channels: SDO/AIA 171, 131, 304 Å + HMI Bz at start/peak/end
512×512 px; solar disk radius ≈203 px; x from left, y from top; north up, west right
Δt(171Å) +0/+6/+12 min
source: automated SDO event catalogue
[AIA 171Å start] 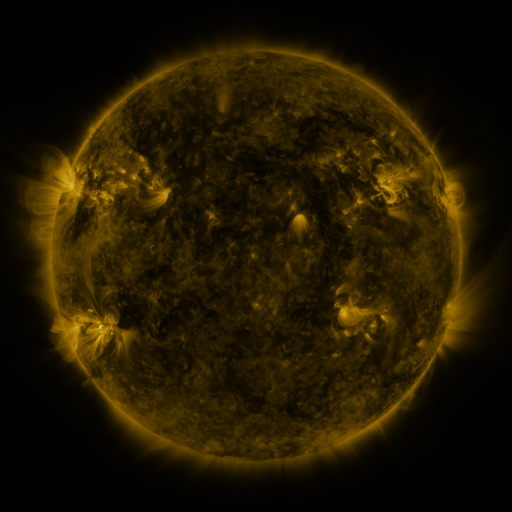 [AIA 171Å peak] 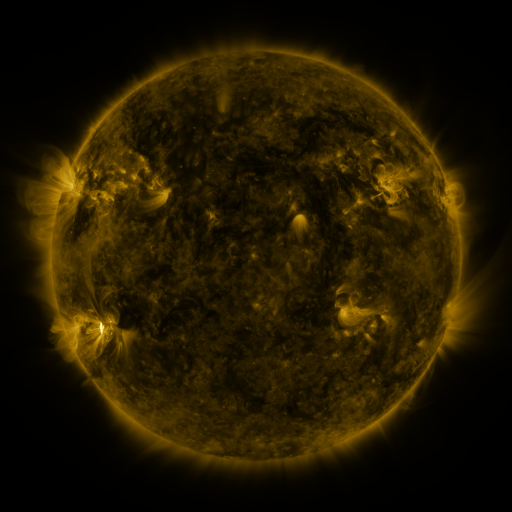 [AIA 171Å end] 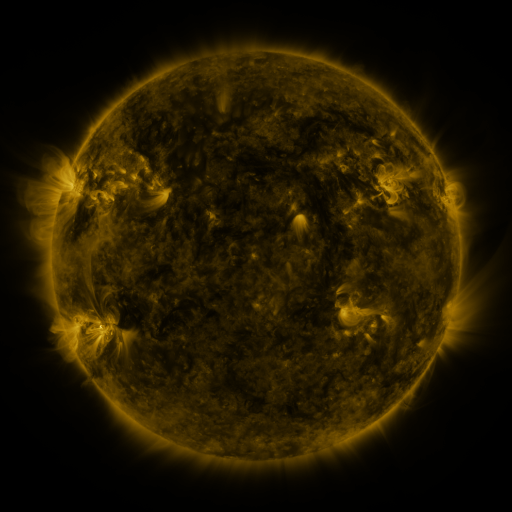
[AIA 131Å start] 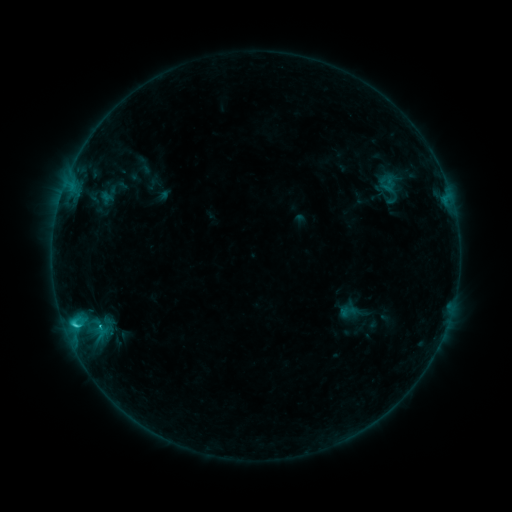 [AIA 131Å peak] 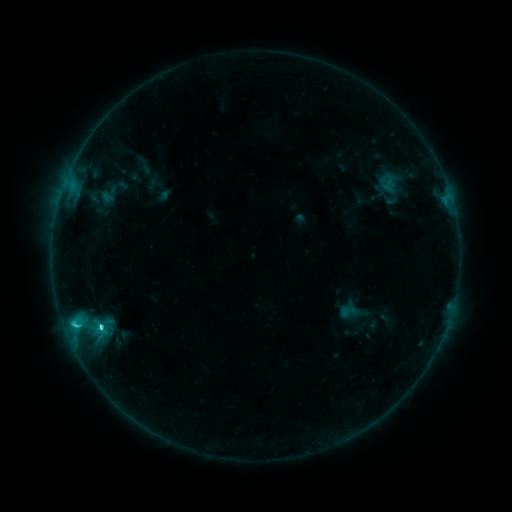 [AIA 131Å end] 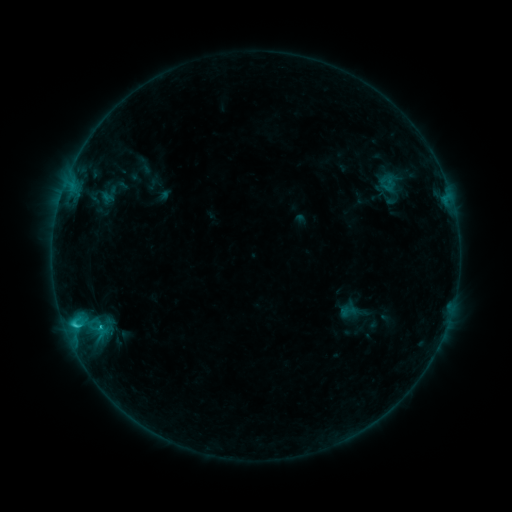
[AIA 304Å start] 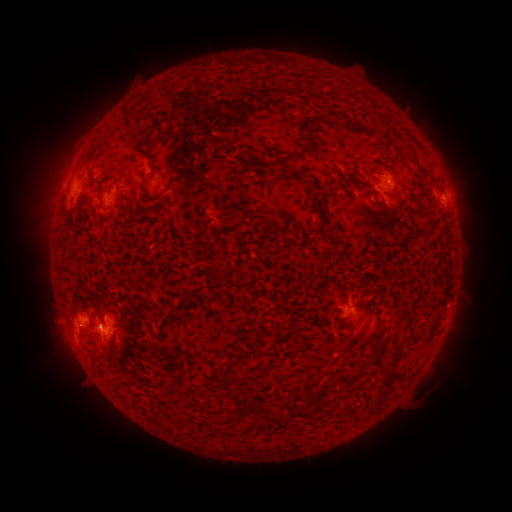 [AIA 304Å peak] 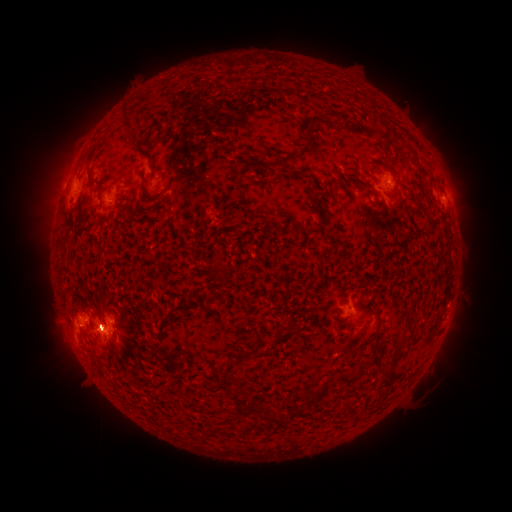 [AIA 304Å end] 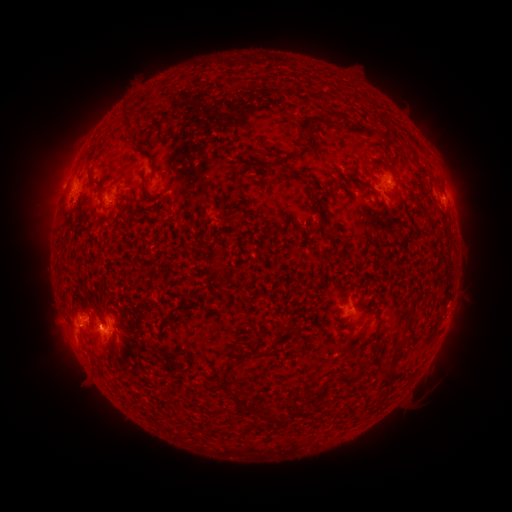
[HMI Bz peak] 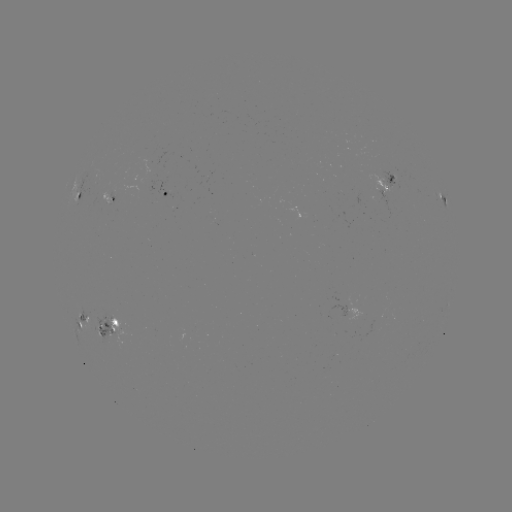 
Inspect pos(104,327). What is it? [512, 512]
C3.5 flare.